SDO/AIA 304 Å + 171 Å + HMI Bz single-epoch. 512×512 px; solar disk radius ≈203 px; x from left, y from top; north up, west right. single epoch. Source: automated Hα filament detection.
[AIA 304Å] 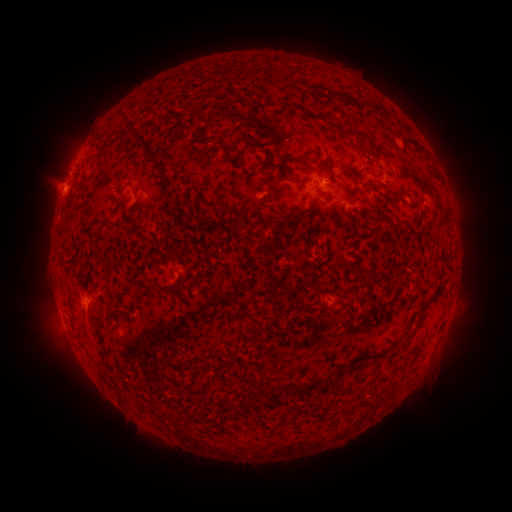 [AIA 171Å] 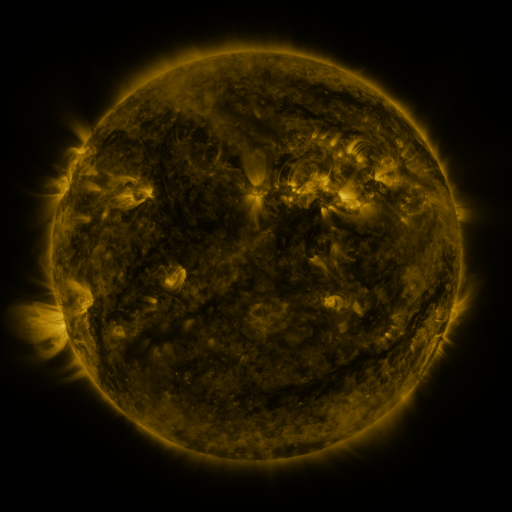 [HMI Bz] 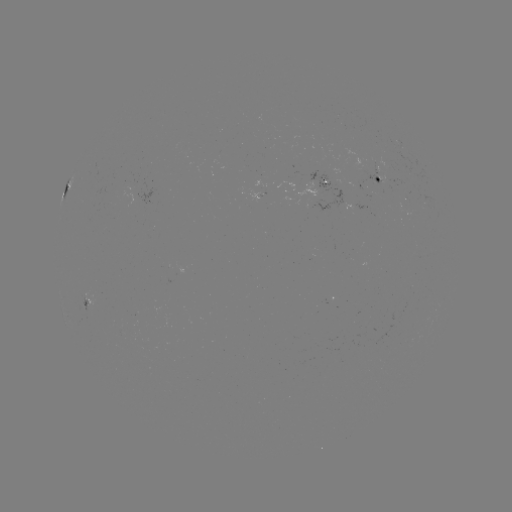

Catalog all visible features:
filament: (147, 145)
filament: (301, 158)
filament: (302, 182)
filament: (400, 198)
filament: (272, 282)
filament: (421, 321)
filament: (253, 397)
filament: (230, 403)
